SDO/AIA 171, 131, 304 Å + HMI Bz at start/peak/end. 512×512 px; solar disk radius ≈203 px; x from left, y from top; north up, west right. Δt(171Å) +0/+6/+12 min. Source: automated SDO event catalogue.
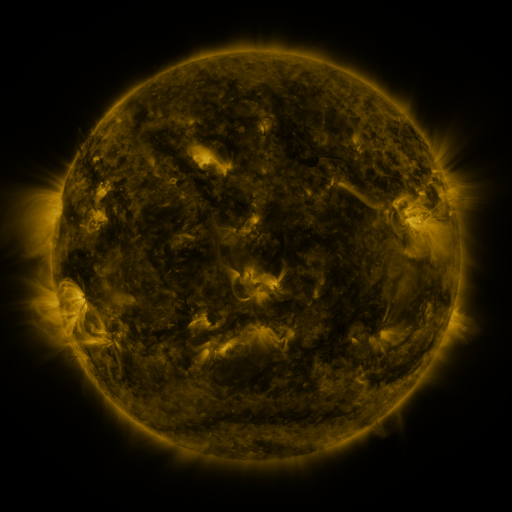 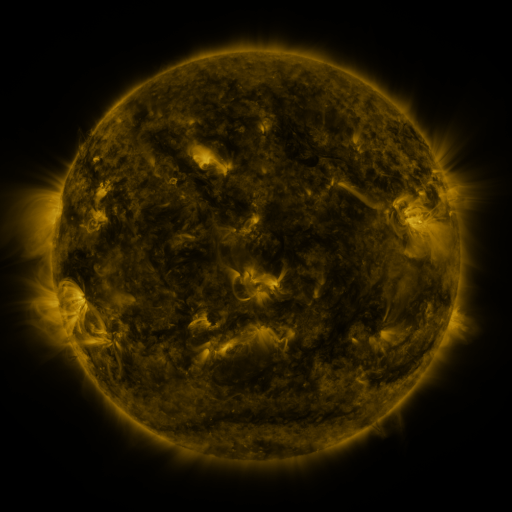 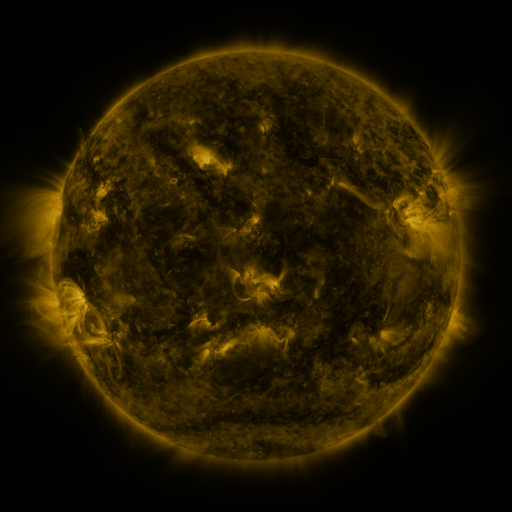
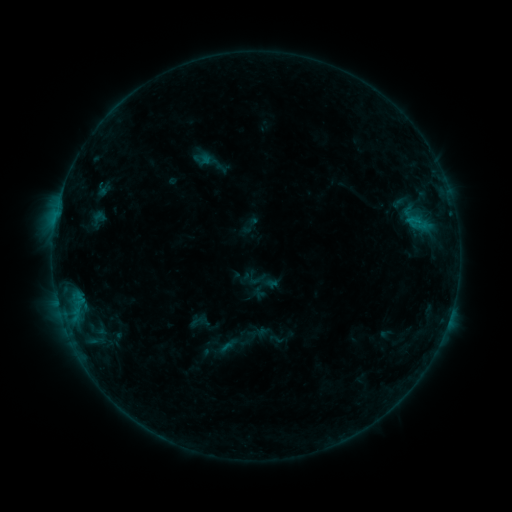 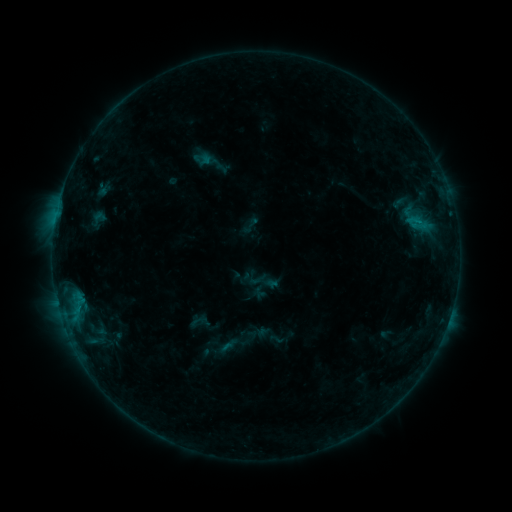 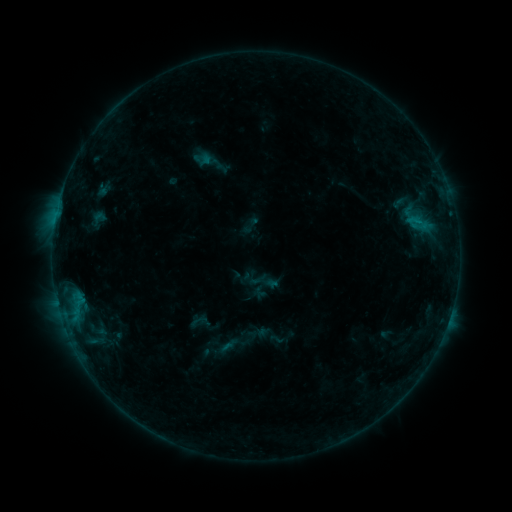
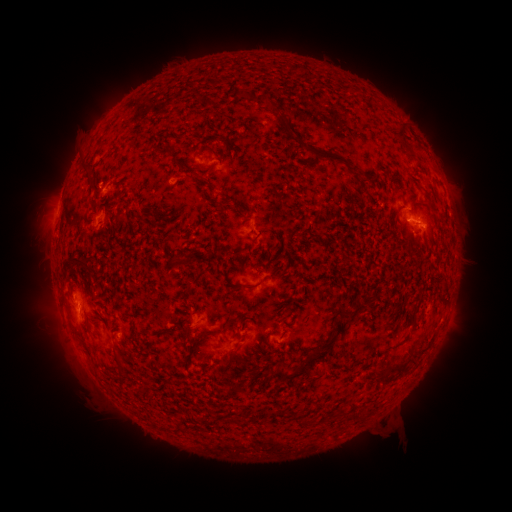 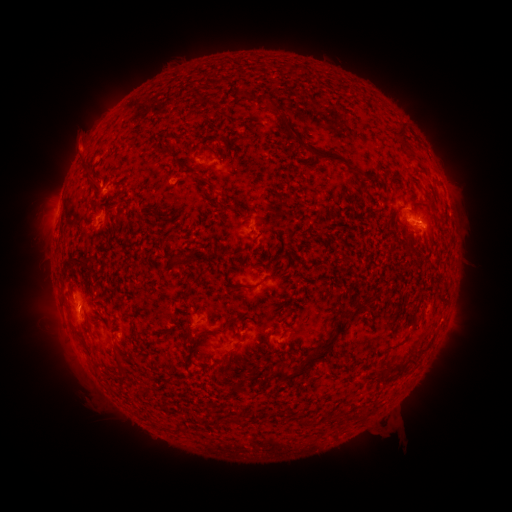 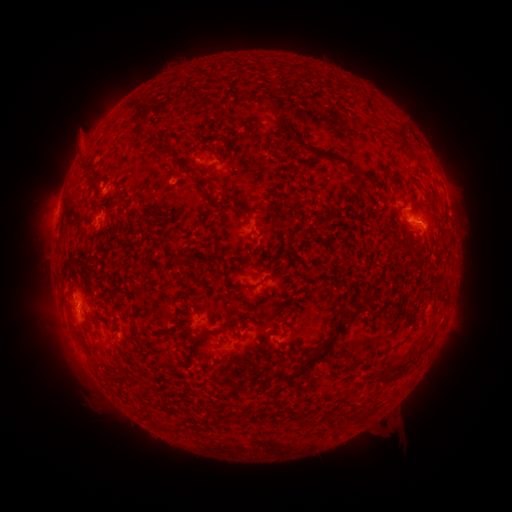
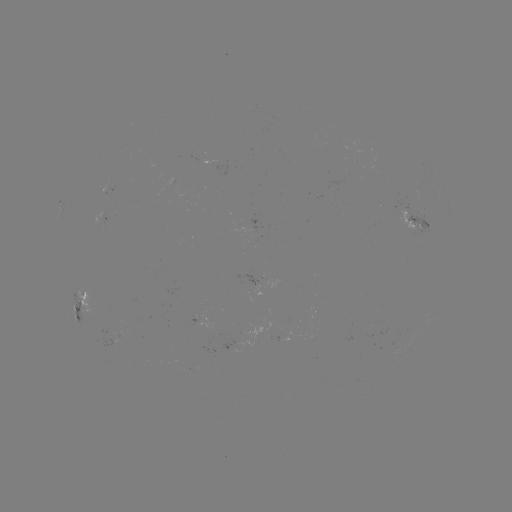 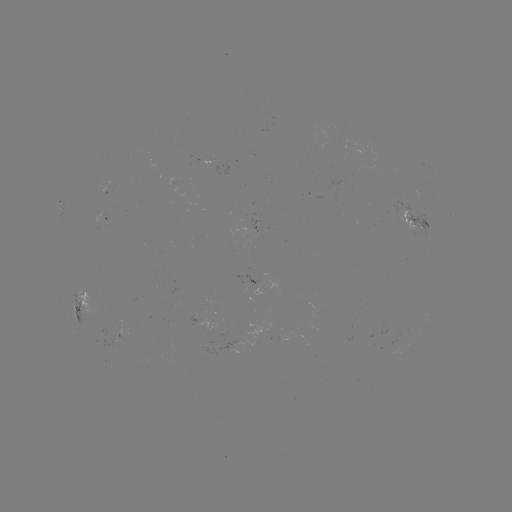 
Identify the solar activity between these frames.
eruption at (78, 144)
